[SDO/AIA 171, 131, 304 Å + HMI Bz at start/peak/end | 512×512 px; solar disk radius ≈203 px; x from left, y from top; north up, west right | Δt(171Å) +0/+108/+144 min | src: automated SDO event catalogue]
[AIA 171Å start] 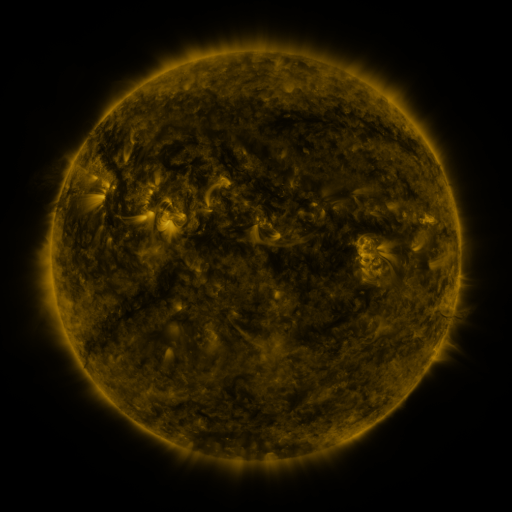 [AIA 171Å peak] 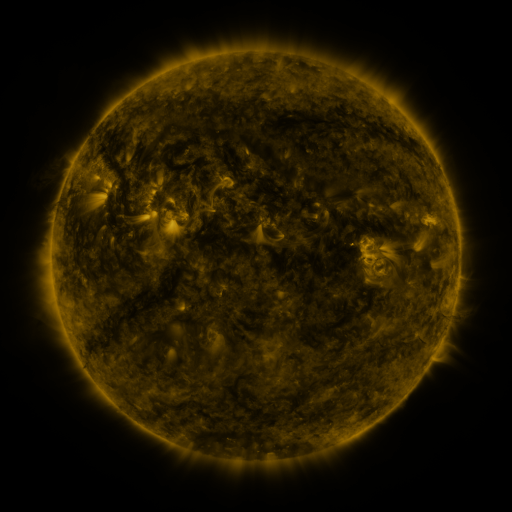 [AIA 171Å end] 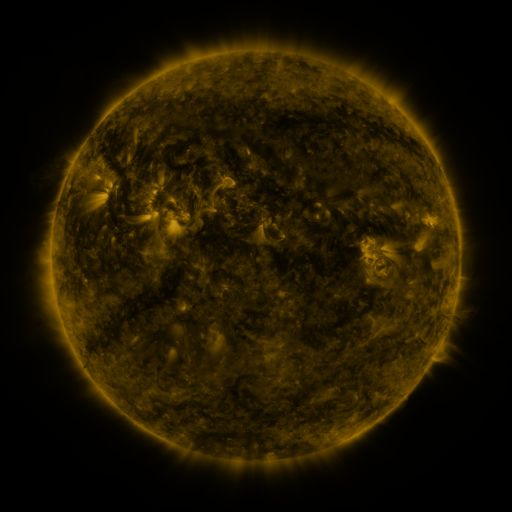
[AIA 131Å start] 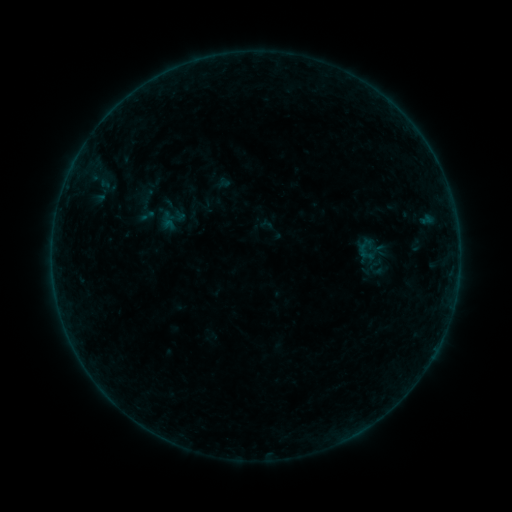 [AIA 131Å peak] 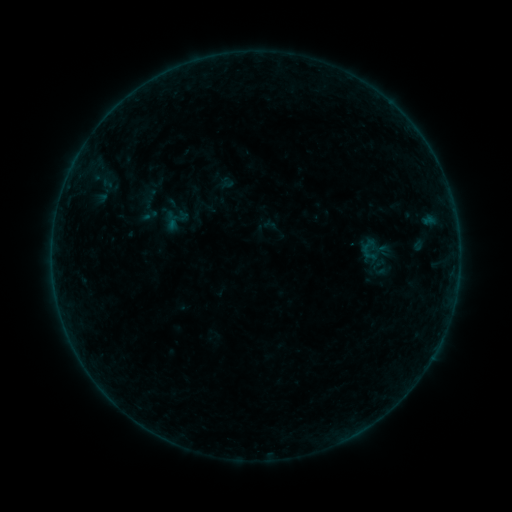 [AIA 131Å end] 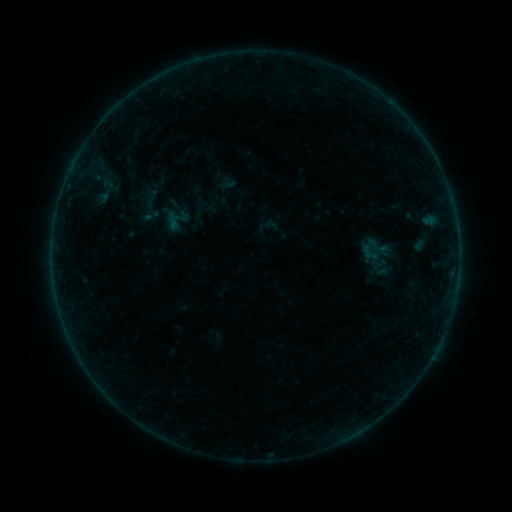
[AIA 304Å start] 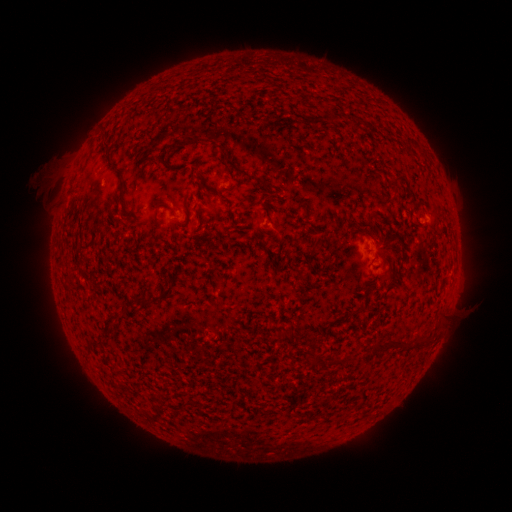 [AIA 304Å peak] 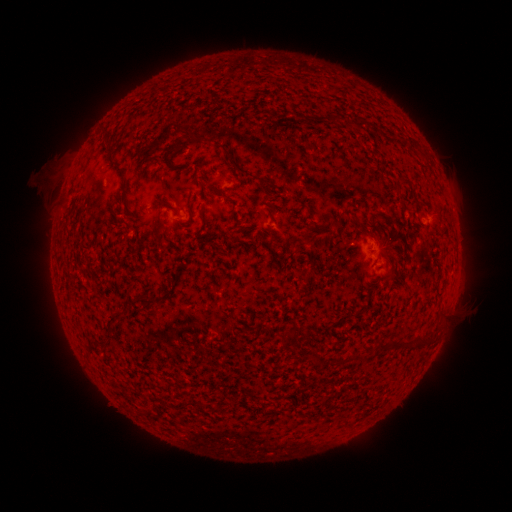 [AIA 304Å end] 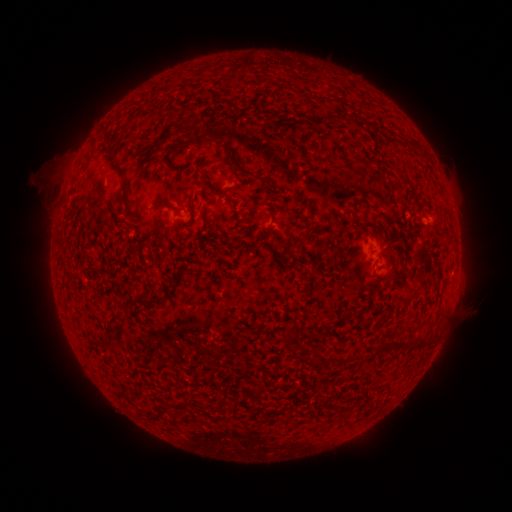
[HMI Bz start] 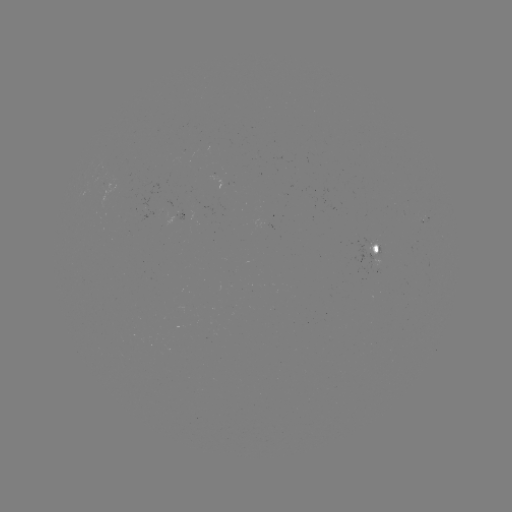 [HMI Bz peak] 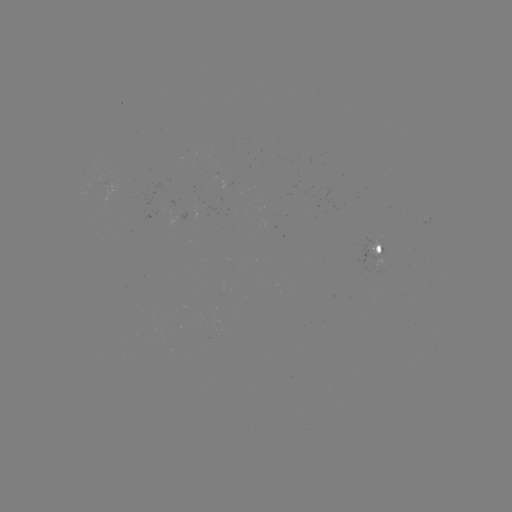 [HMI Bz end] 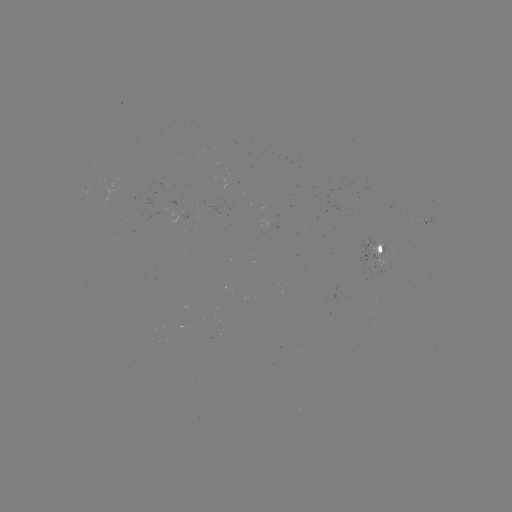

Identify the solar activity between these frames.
emerging-flux region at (380, 249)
